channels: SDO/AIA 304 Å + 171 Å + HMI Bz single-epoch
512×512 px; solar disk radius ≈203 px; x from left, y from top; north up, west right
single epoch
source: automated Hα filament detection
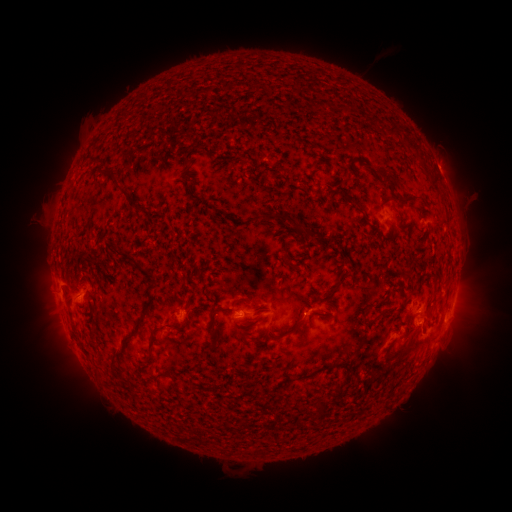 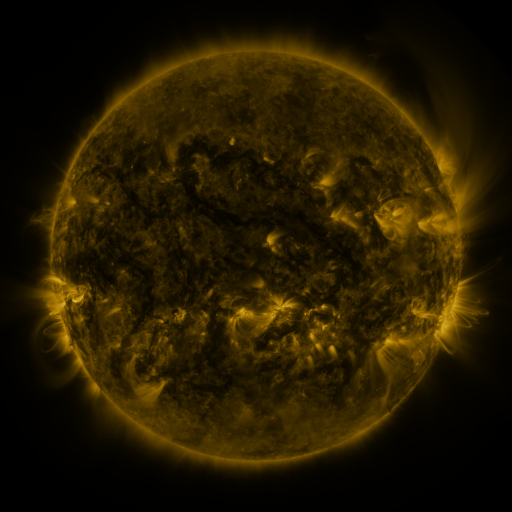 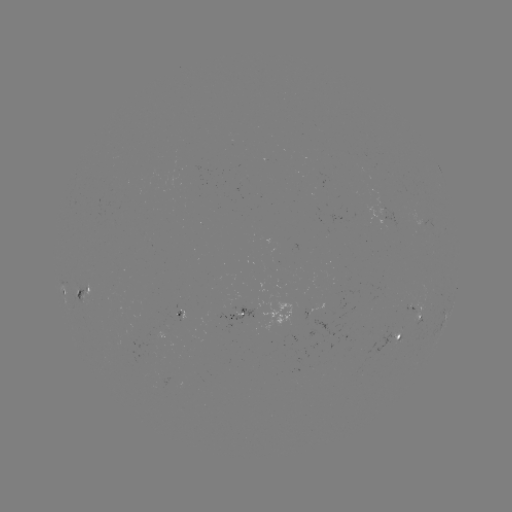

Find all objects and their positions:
filament: (405, 141, 420, 153)
filament: (374, 168, 399, 193)
filament: (382, 196, 413, 207)
filament: (127, 200, 146, 213)
filament: (261, 211, 311, 236)
filament: (114, 246, 143, 270)
filament: (319, 284, 339, 298)
filament: (62, 287, 74, 316)
filament: (142, 297, 154, 314)
filament: (249, 301, 260, 308)
filament: (209, 303, 223, 318)
filament: (287, 312, 301, 335)
filament: (132, 316, 146, 329)
filament: (143, 321, 187, 363)
filament: (396, 336, 414, 359)
filament: (294, 362, 329, 381)
filament: (157, 370, 173, 379)
